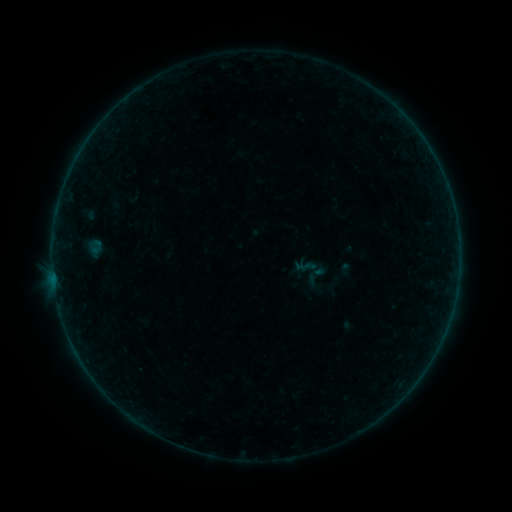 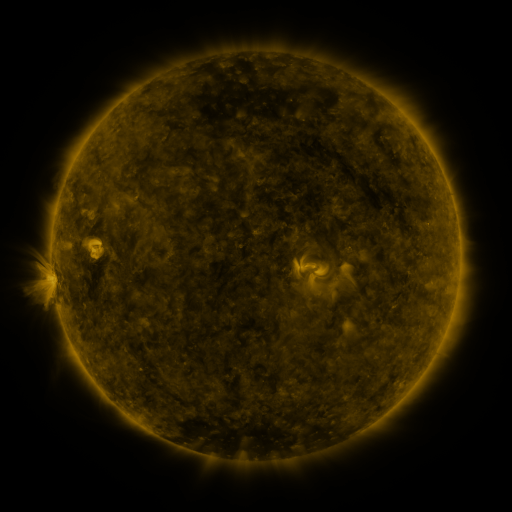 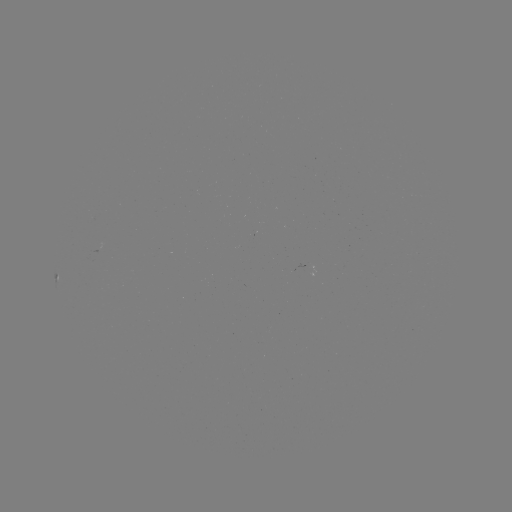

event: sigmoid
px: (310, 268)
